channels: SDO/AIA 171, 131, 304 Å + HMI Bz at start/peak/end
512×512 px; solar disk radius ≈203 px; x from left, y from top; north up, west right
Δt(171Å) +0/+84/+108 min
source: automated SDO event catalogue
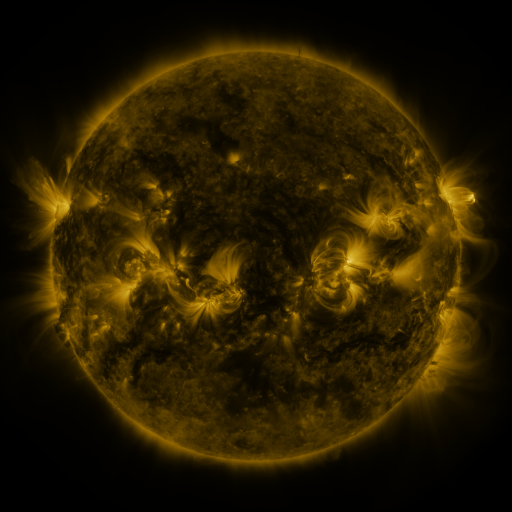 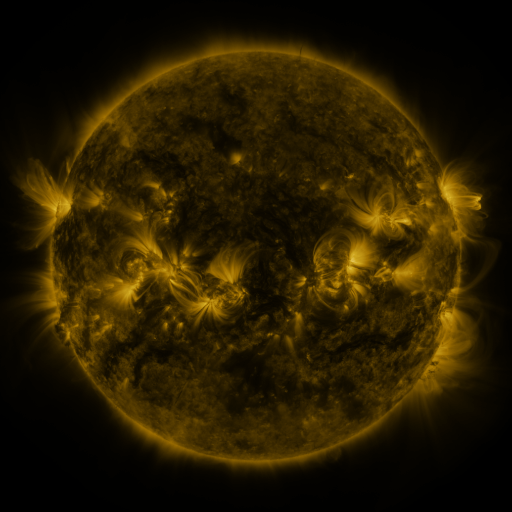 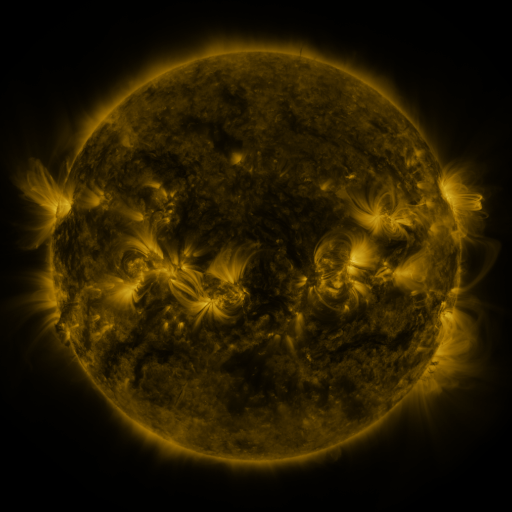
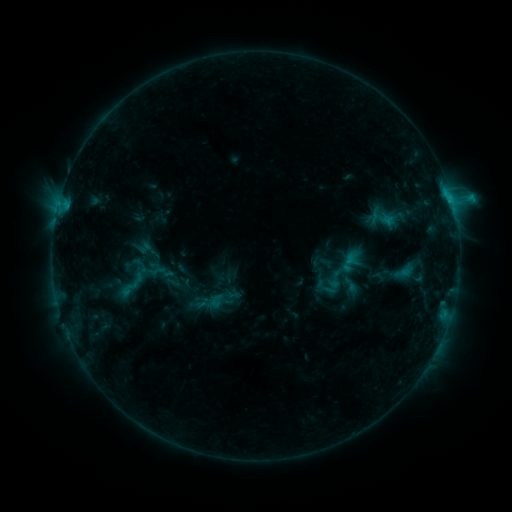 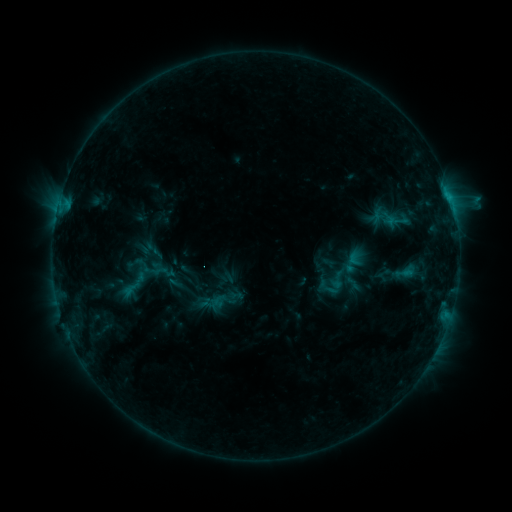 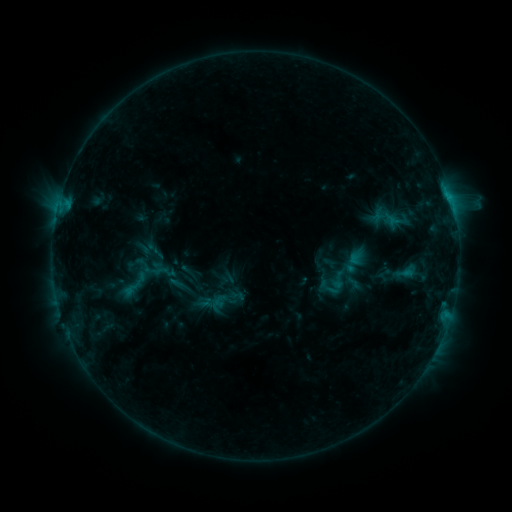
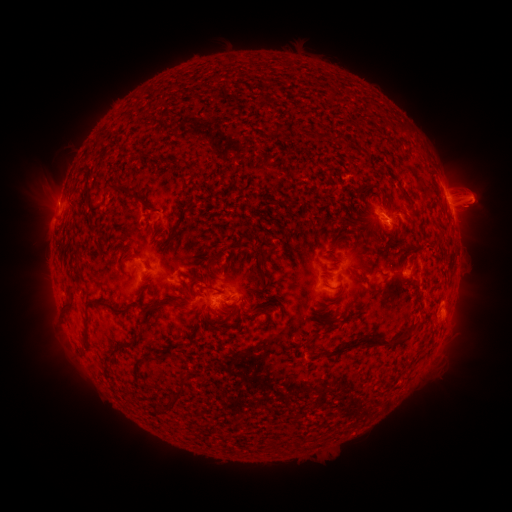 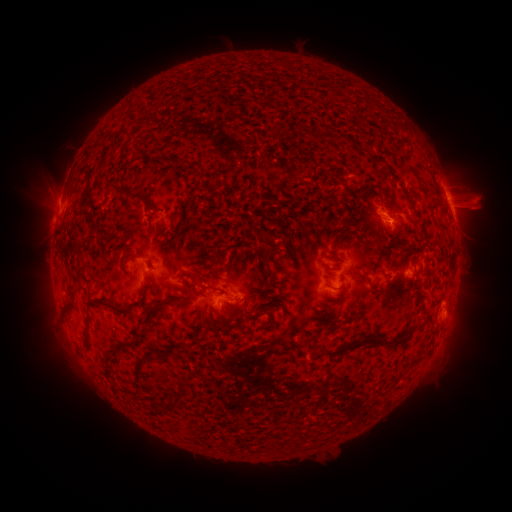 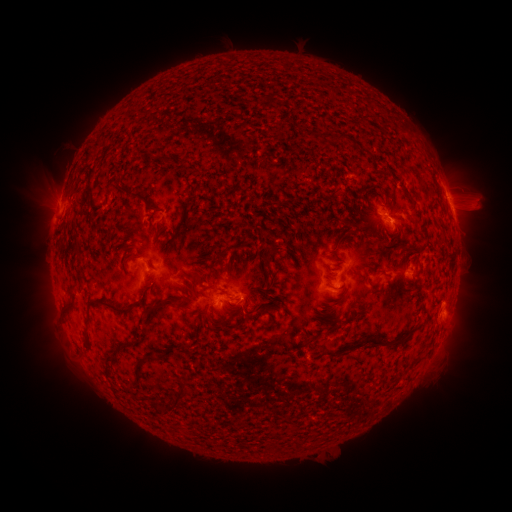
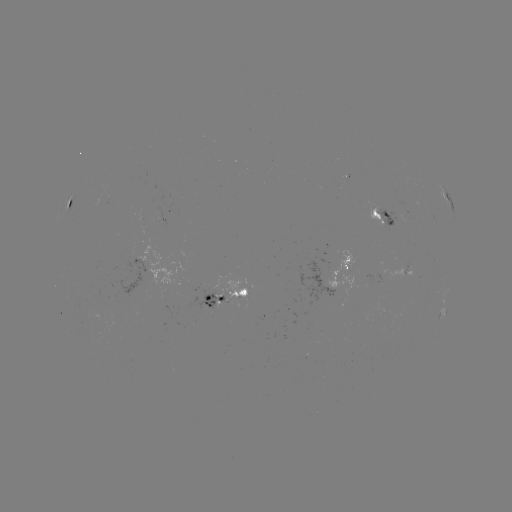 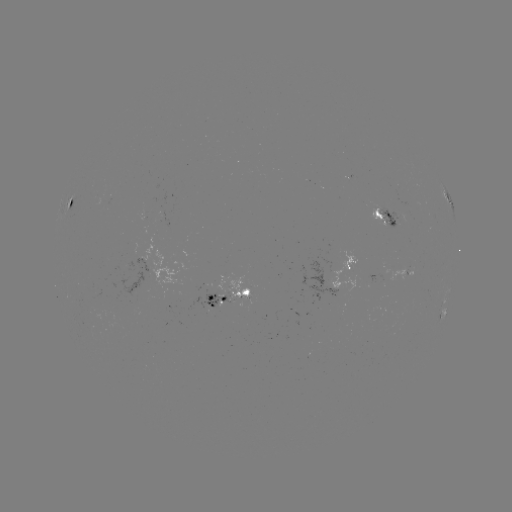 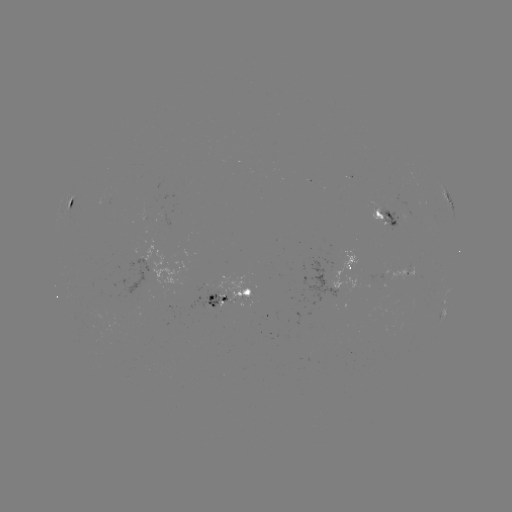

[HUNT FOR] emerging-flux region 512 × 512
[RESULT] [390, 273]